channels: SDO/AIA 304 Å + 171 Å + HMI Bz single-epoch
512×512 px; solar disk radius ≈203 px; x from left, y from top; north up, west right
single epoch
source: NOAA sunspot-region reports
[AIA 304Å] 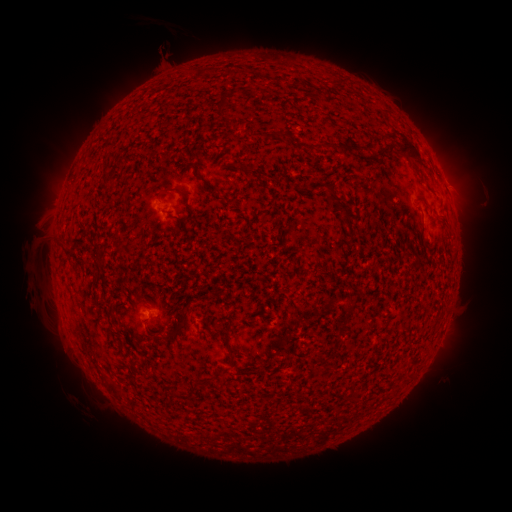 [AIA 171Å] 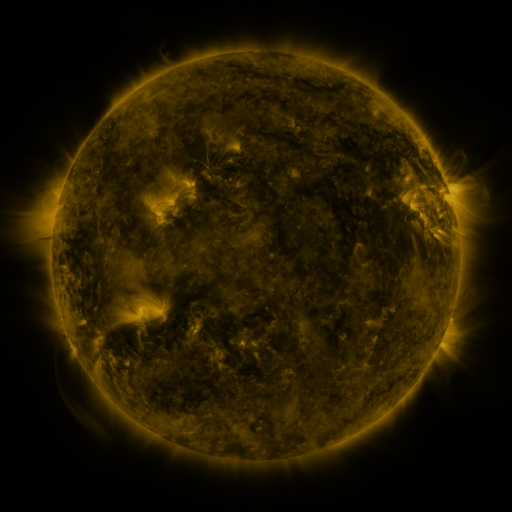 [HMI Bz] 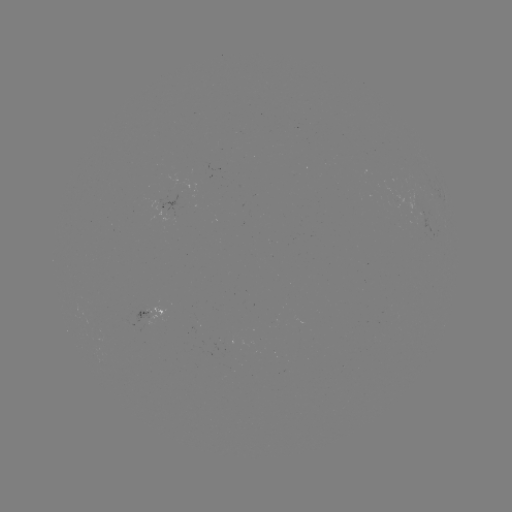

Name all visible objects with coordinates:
spotted active region: (166, 208)
spotted active region: (430, 228)
spotted active region: (152, 314)
